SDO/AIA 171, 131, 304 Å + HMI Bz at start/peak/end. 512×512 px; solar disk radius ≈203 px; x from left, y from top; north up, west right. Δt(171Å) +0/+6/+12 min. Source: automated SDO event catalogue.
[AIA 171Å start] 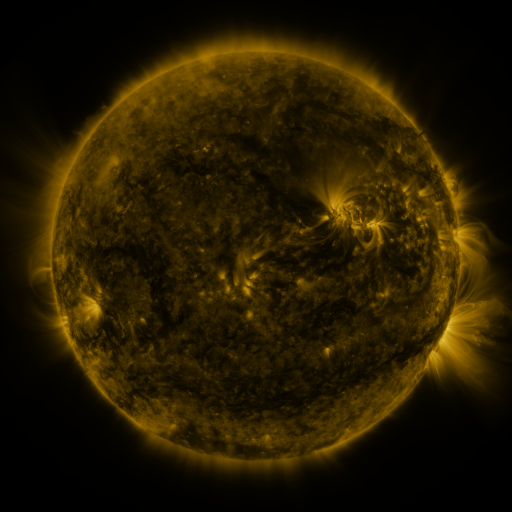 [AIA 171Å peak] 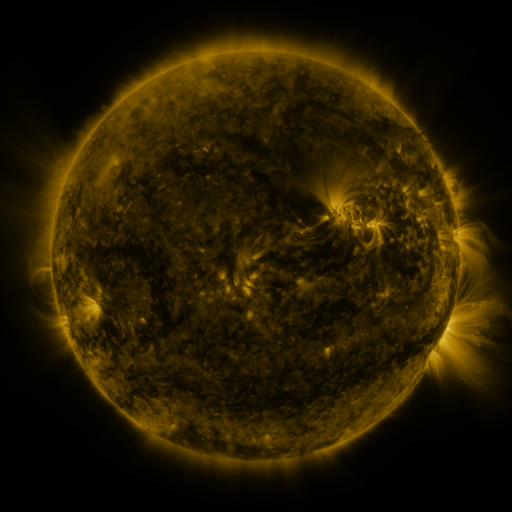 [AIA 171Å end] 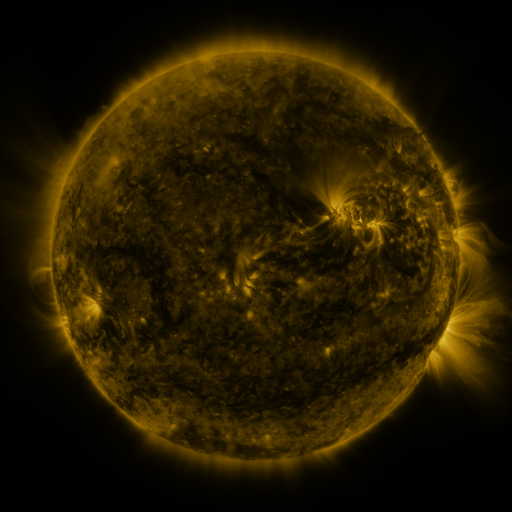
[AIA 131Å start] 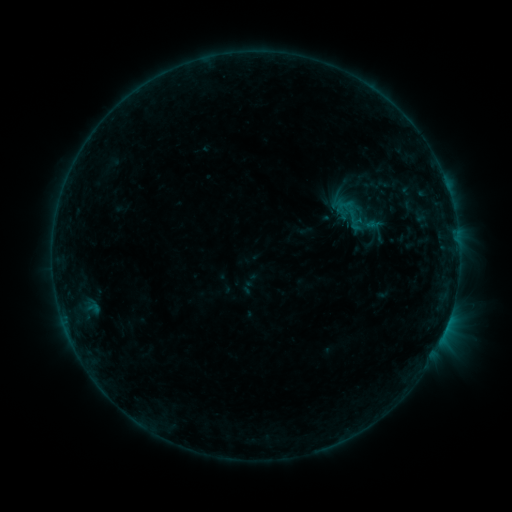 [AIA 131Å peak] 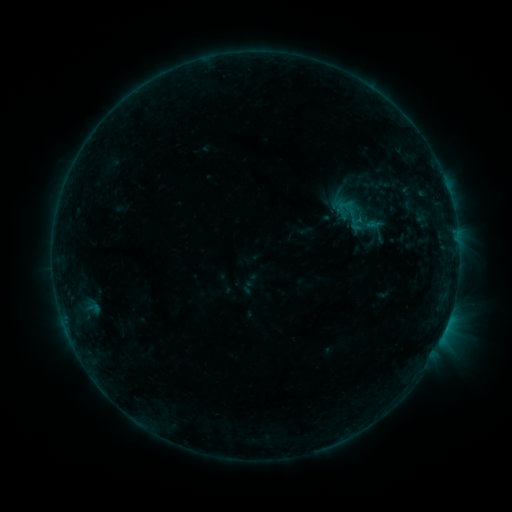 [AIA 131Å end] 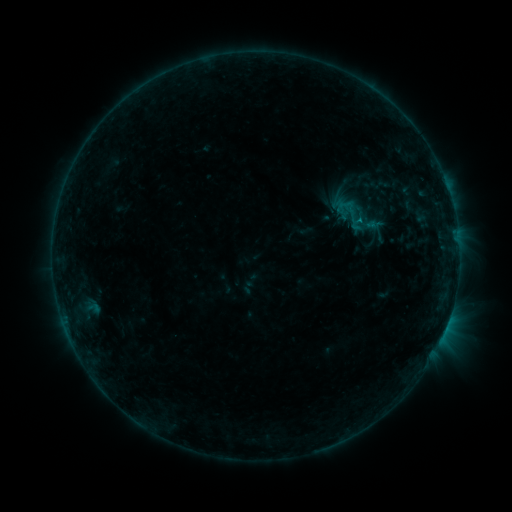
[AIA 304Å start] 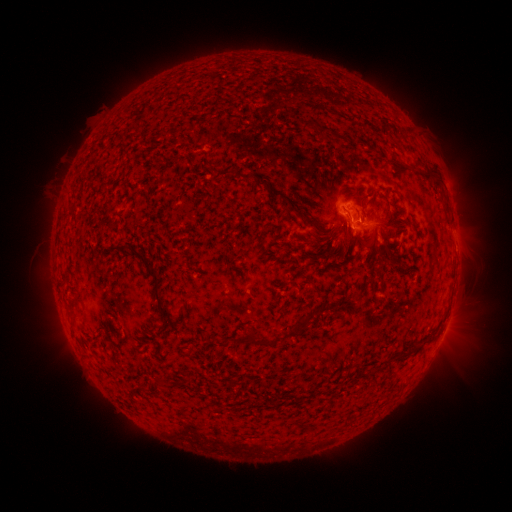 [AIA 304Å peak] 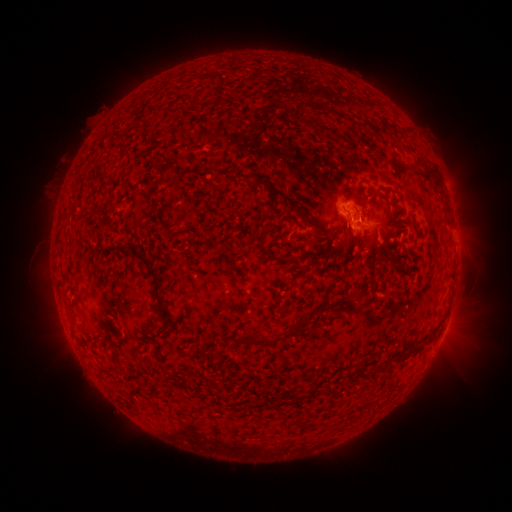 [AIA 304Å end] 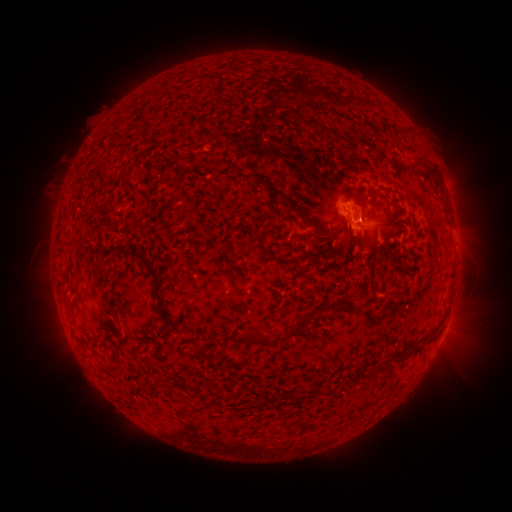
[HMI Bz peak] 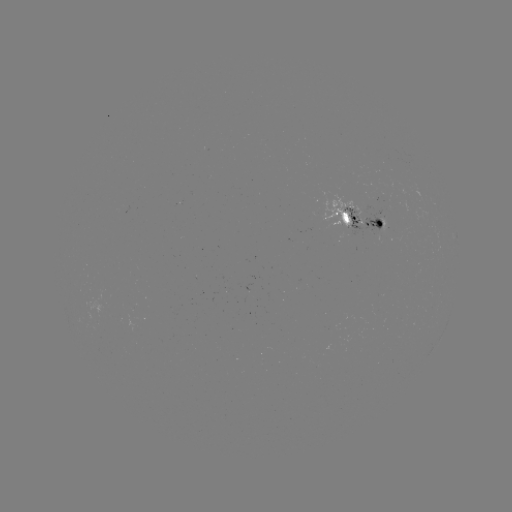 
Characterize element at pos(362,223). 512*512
B9.4 flare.